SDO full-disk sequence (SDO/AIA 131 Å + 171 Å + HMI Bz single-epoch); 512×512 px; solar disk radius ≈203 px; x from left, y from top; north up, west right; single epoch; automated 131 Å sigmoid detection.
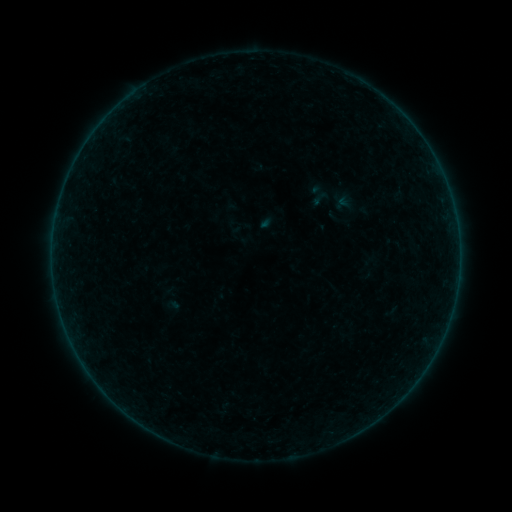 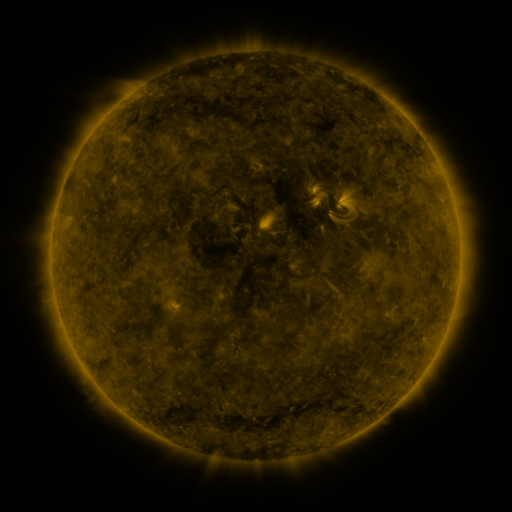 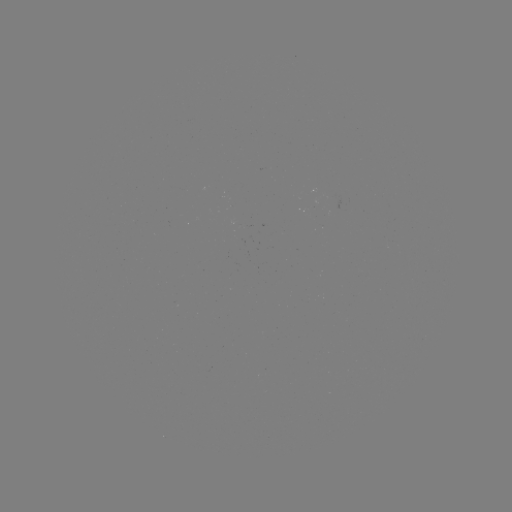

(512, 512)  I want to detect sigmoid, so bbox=[308, 188, 332, 208].